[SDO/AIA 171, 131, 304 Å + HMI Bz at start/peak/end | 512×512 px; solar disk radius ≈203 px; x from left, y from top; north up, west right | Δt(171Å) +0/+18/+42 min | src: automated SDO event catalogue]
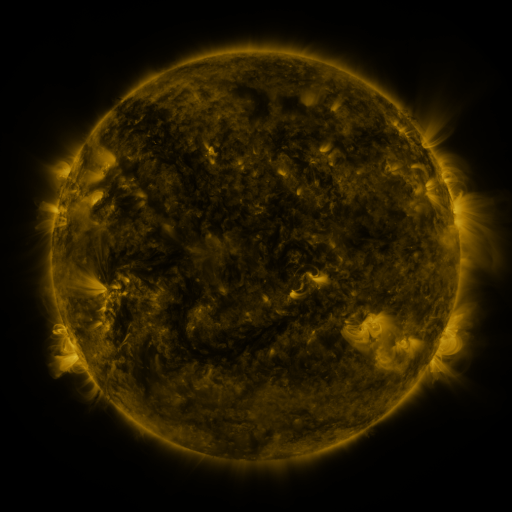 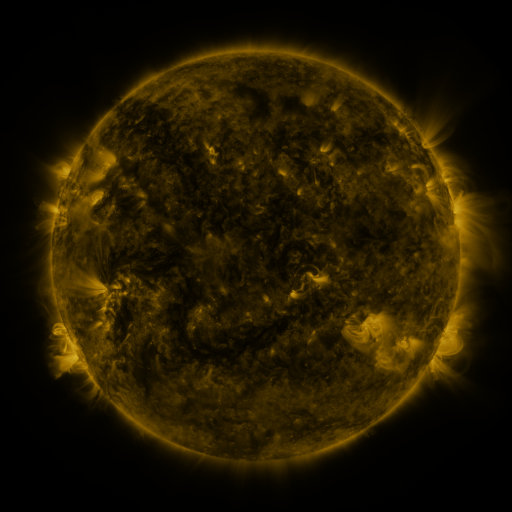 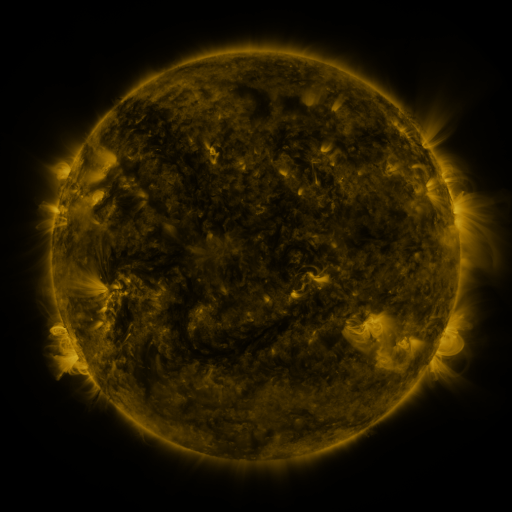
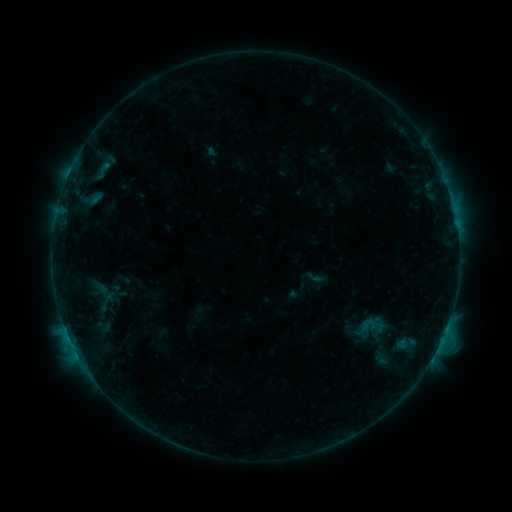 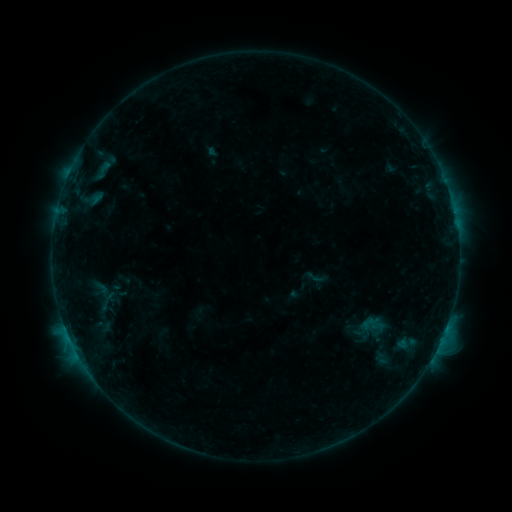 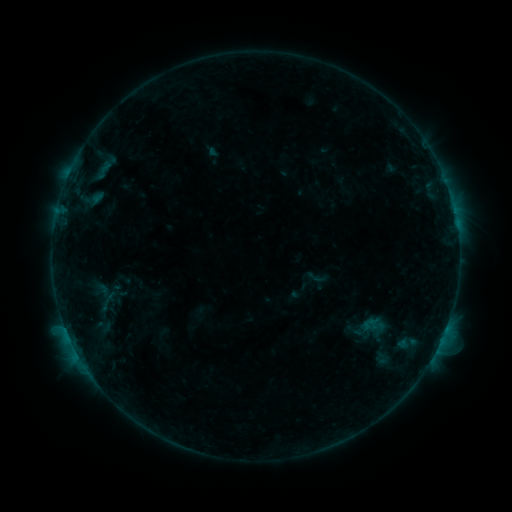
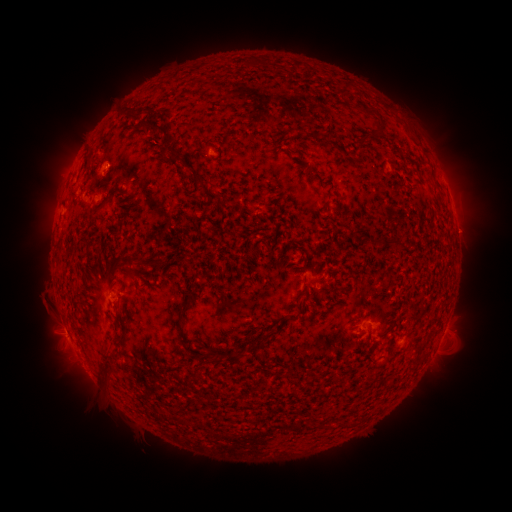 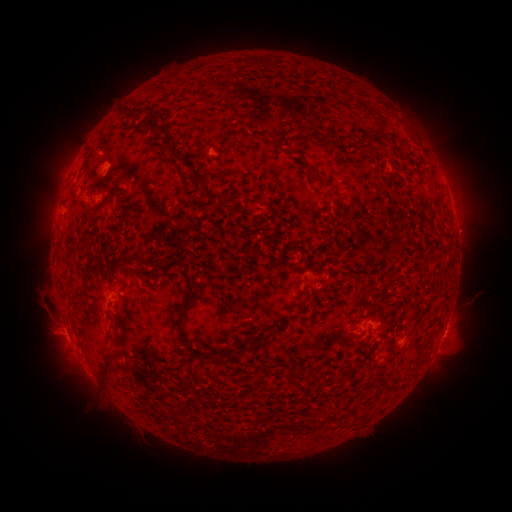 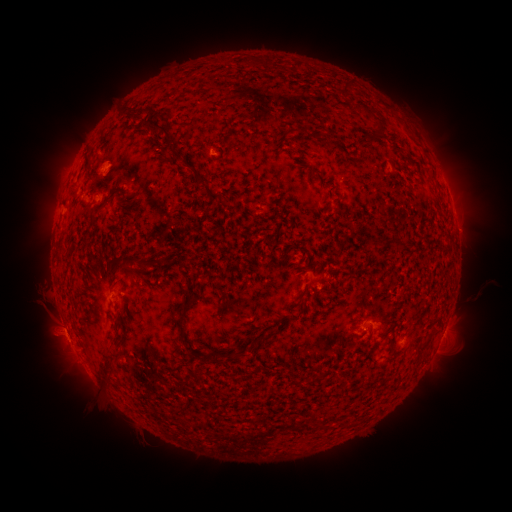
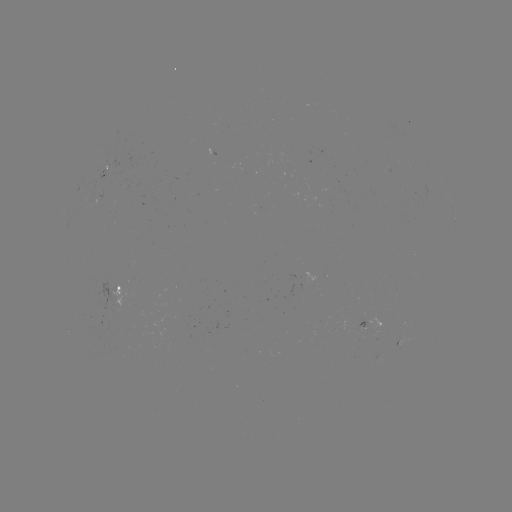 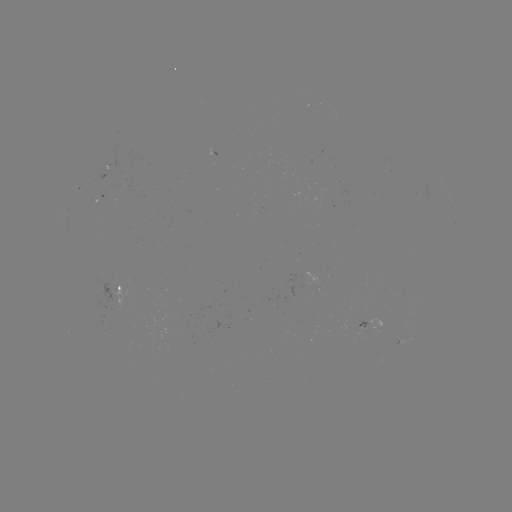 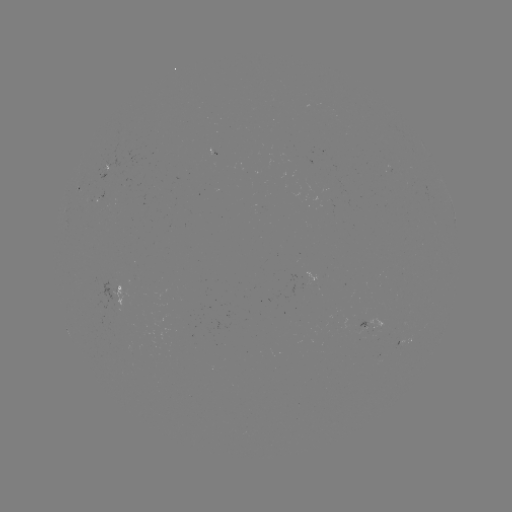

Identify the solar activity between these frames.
no classed flare was catalogued and no EUV brightening was flagged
